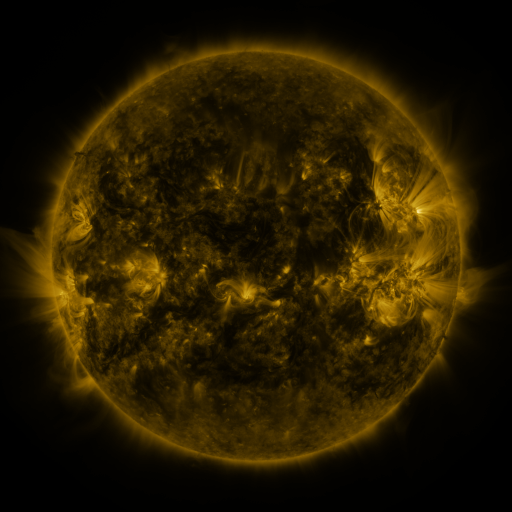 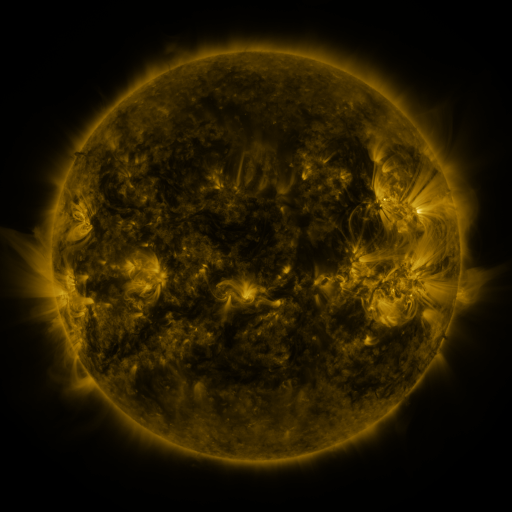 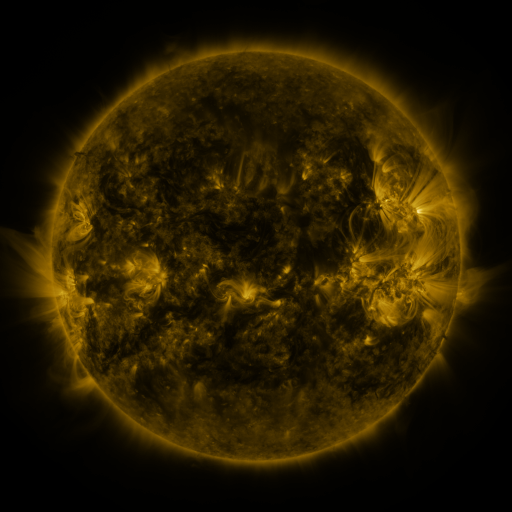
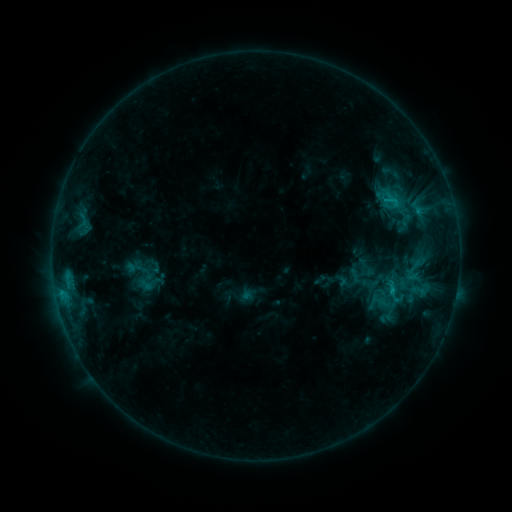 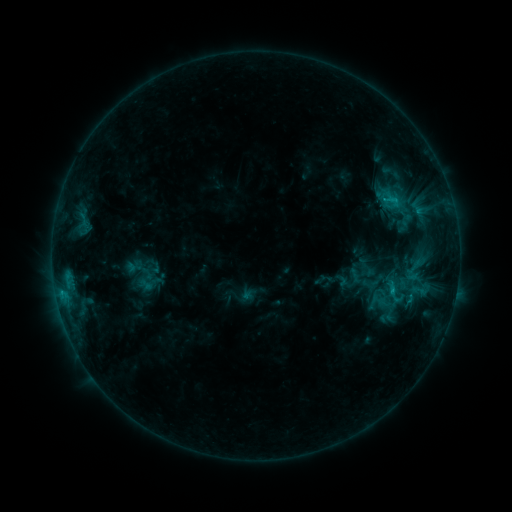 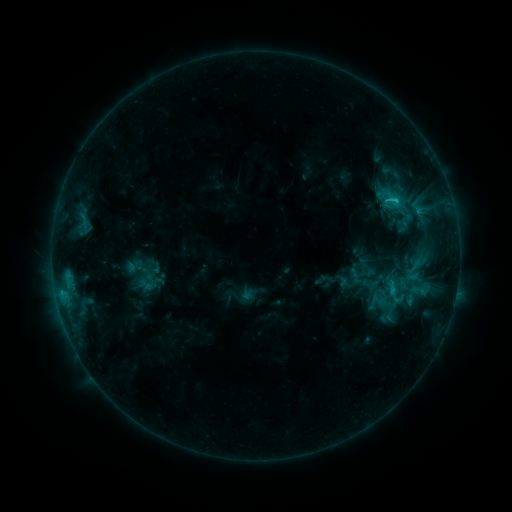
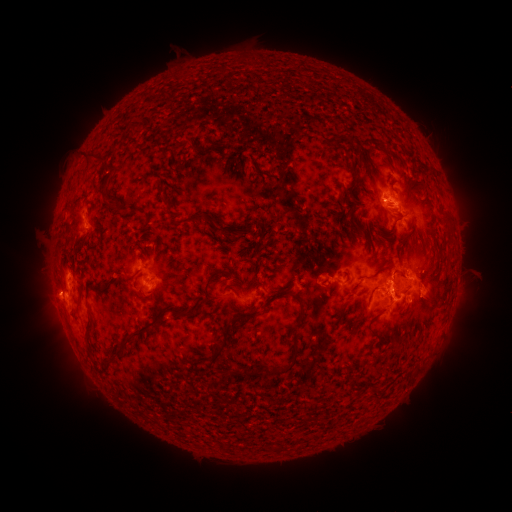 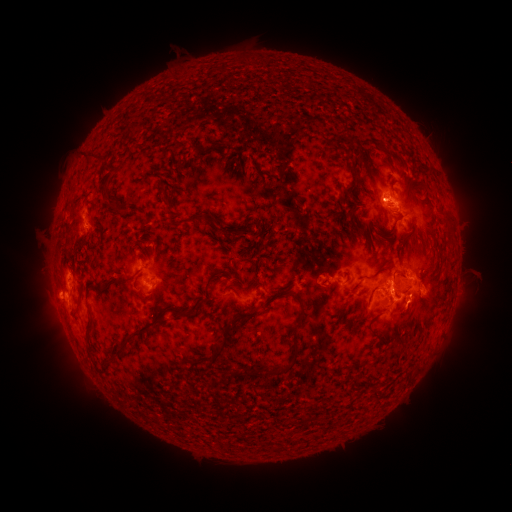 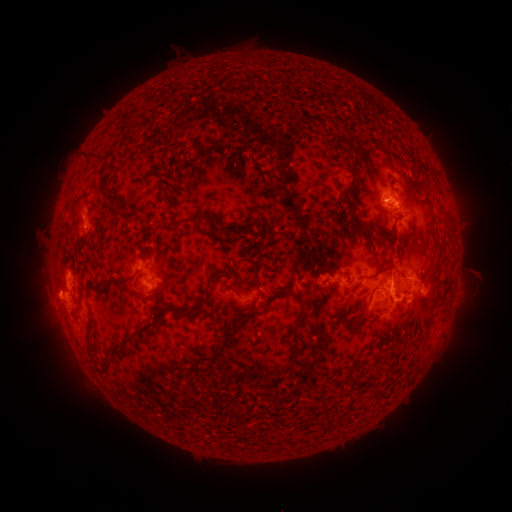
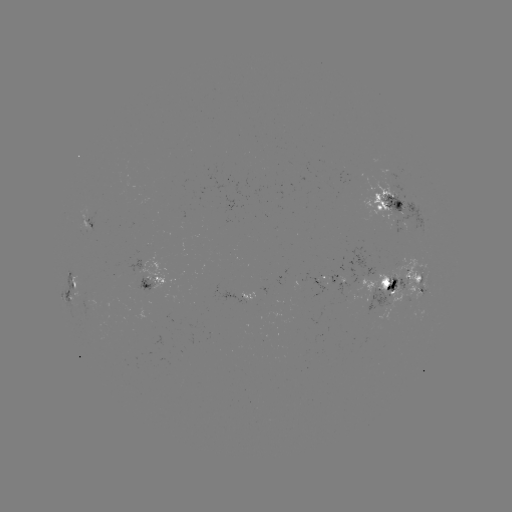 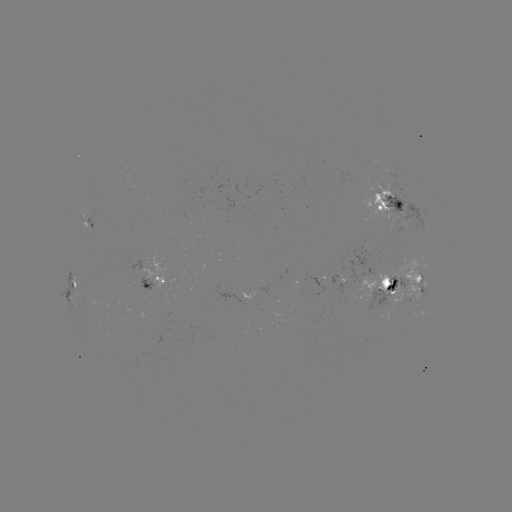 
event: flare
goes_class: C2.2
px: (407, 301)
